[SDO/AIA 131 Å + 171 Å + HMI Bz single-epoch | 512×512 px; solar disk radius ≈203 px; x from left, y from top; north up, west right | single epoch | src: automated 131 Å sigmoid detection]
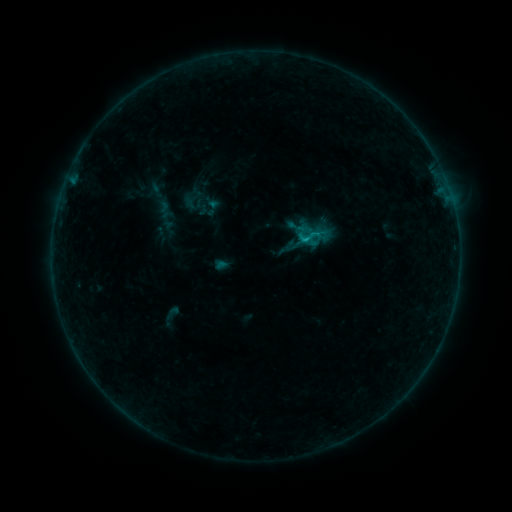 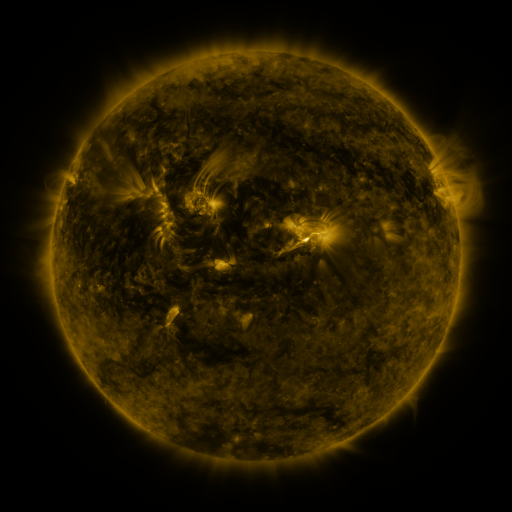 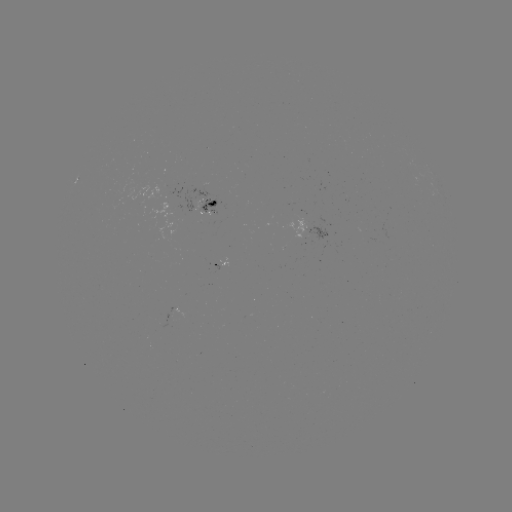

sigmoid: [160, 304, 184, 322]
